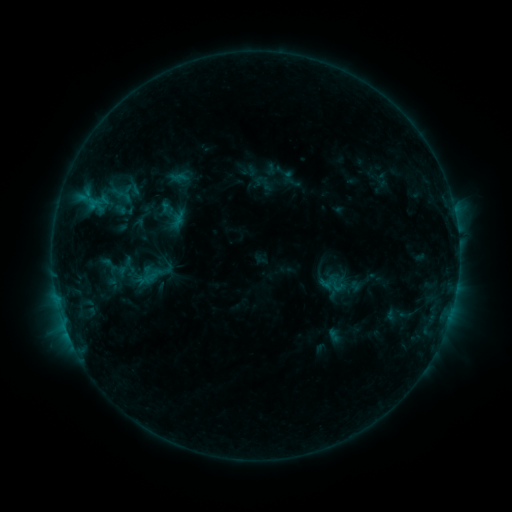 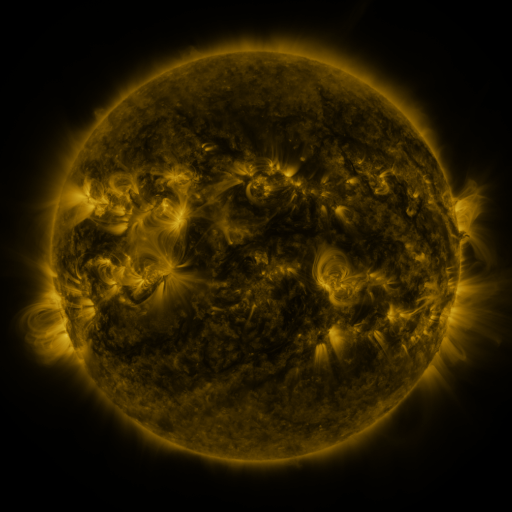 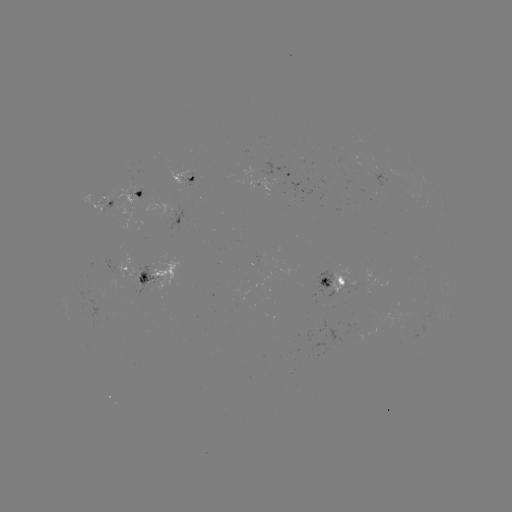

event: sigmoid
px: (179, 177)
